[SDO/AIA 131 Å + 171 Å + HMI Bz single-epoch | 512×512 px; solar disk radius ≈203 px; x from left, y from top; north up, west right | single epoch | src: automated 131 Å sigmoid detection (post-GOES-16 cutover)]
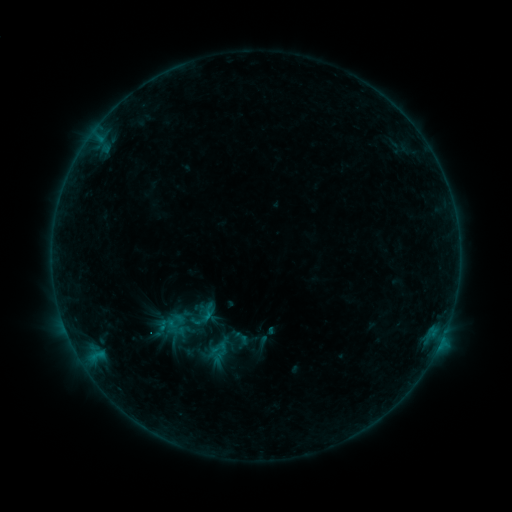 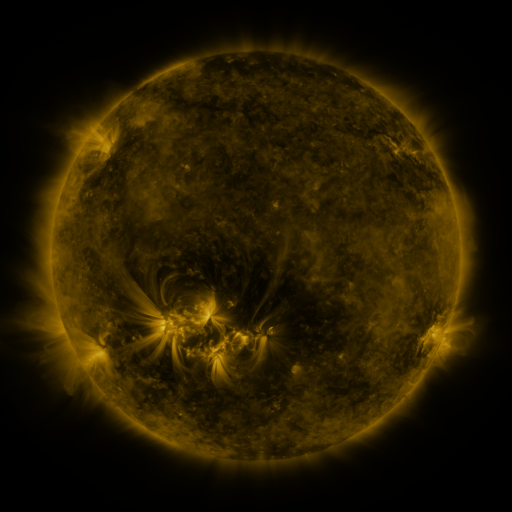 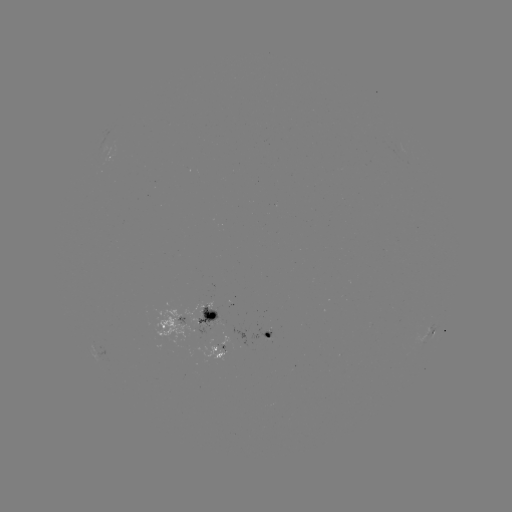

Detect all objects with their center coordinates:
sigmoid: (198, 301, 219, 320)
sigmoid: (208, 339, 228, 356)
